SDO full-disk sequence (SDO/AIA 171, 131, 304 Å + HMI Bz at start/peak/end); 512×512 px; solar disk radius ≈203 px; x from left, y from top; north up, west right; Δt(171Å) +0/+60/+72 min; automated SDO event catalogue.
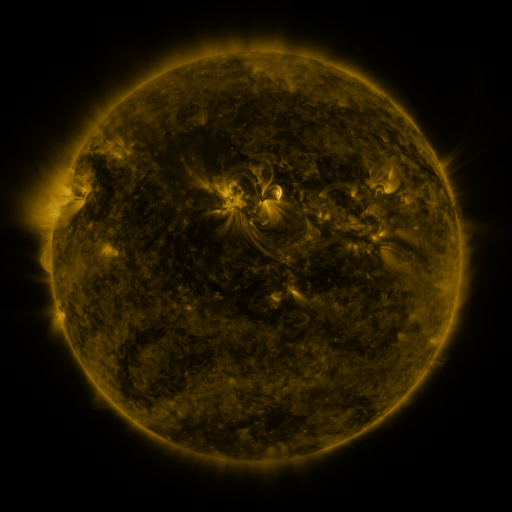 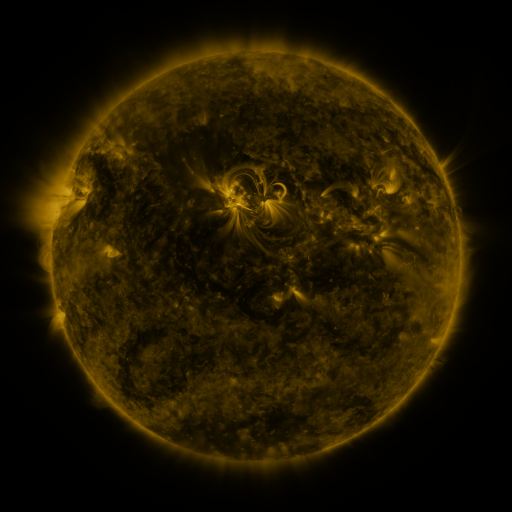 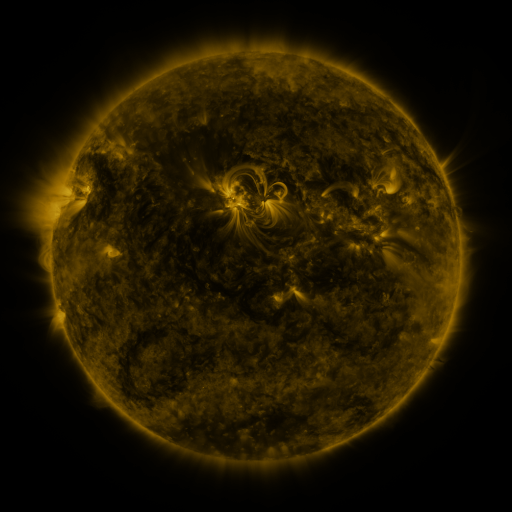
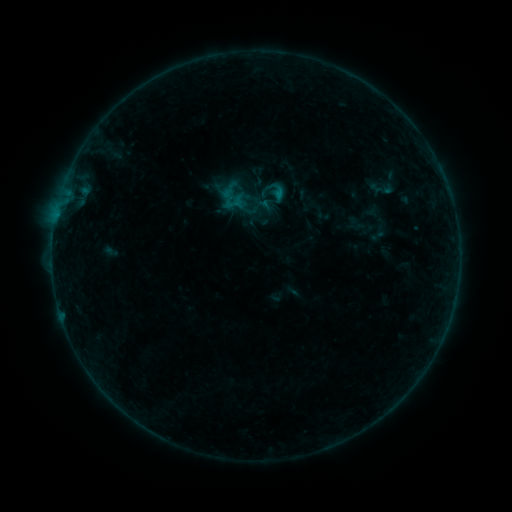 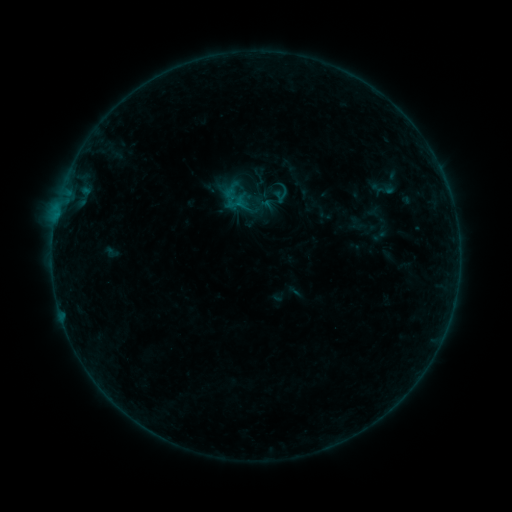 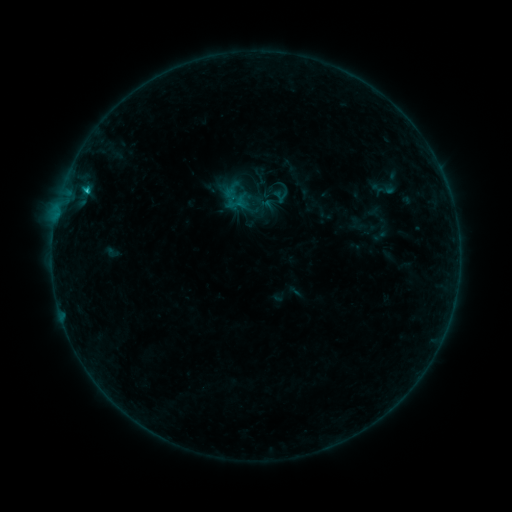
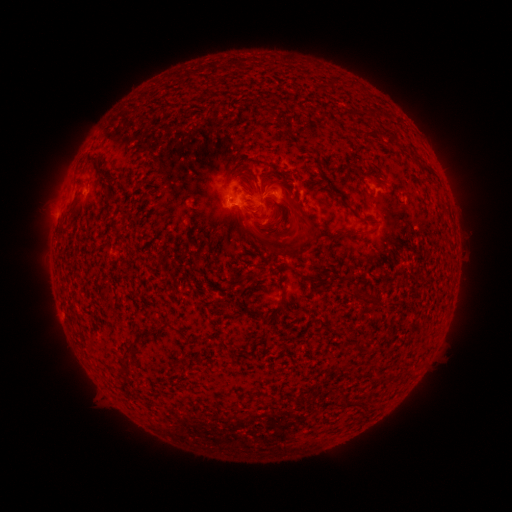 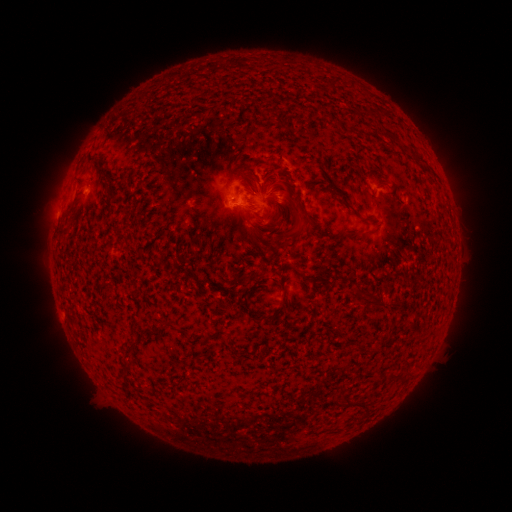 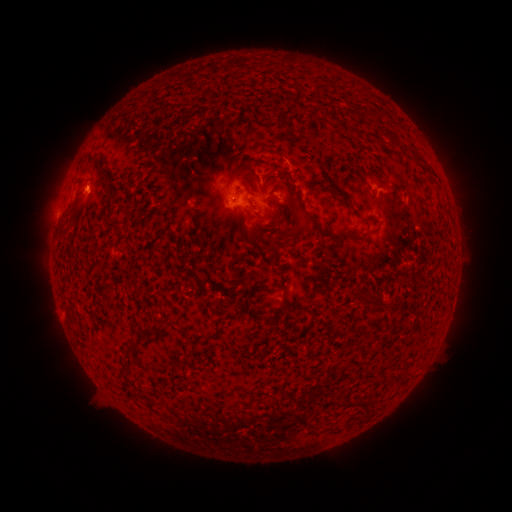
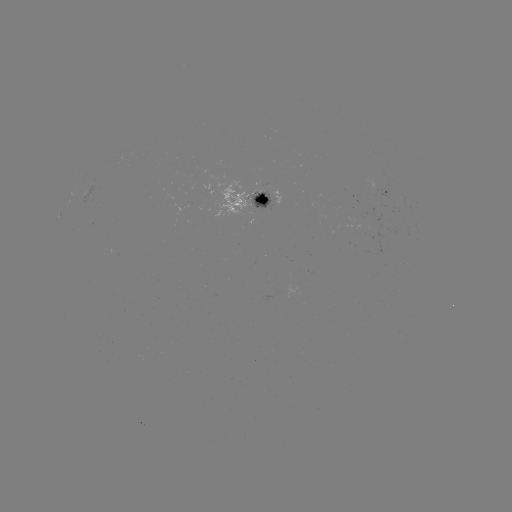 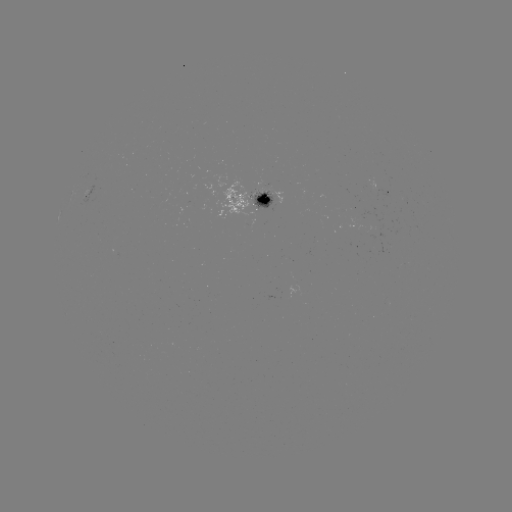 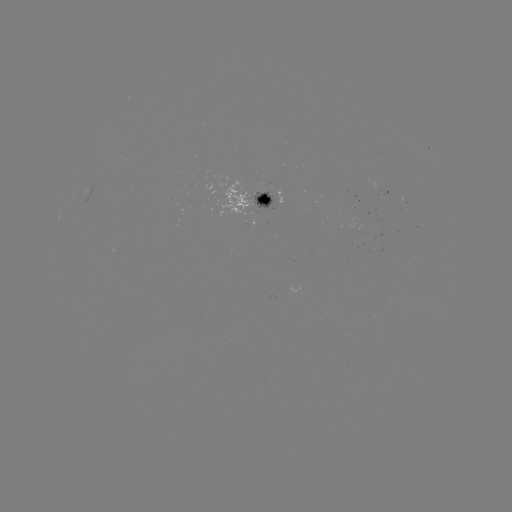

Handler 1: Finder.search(emerging-flux region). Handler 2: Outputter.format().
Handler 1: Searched emerging-flux region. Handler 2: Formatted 258,205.